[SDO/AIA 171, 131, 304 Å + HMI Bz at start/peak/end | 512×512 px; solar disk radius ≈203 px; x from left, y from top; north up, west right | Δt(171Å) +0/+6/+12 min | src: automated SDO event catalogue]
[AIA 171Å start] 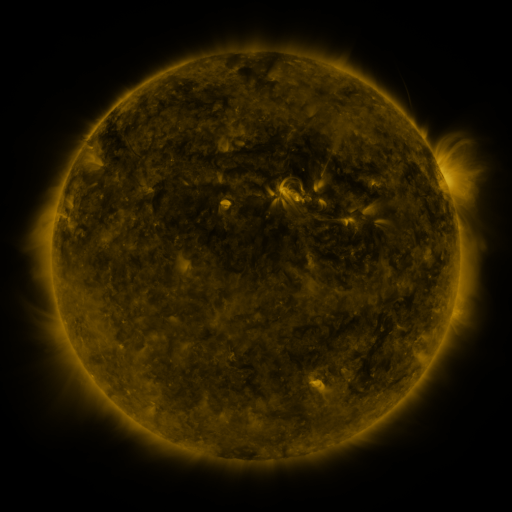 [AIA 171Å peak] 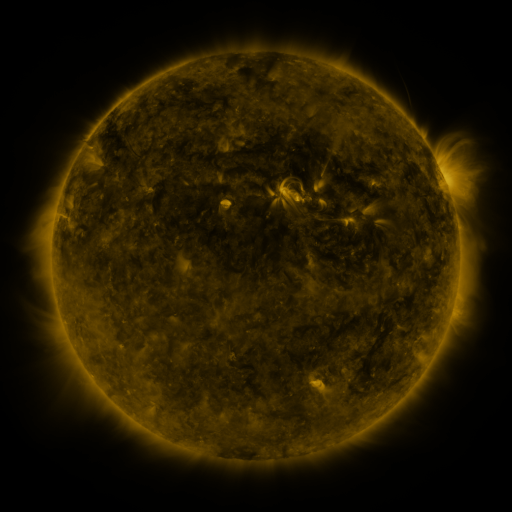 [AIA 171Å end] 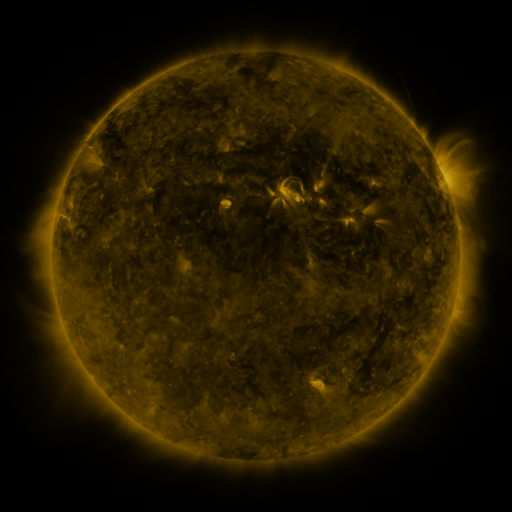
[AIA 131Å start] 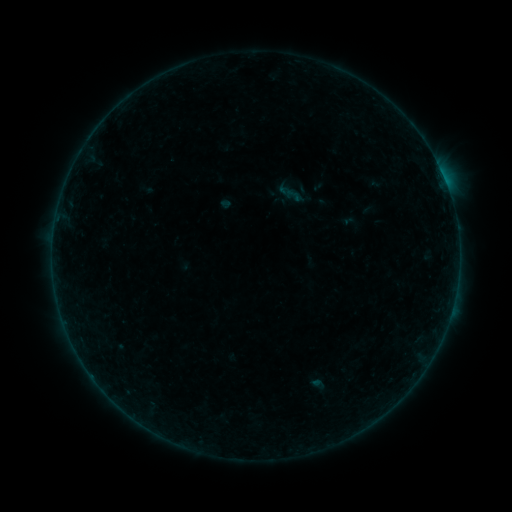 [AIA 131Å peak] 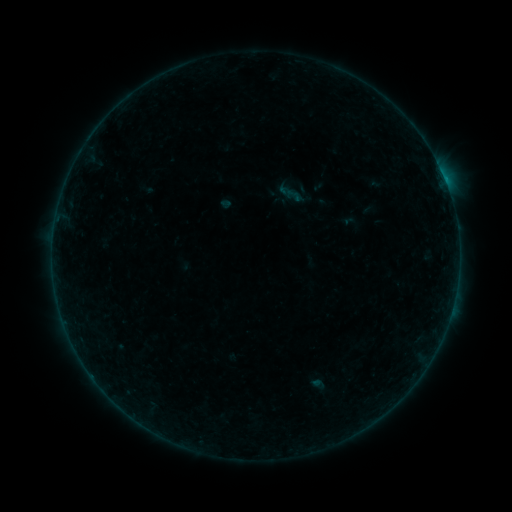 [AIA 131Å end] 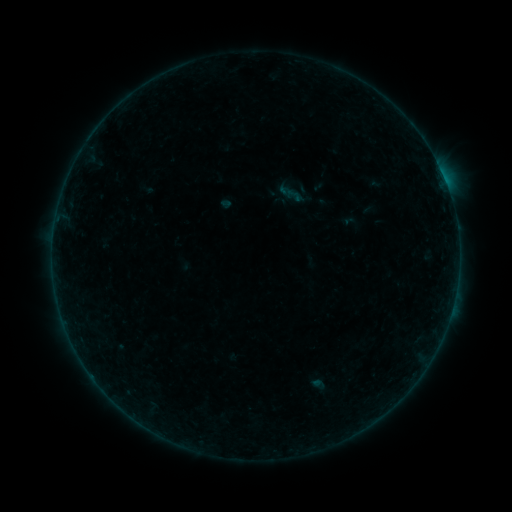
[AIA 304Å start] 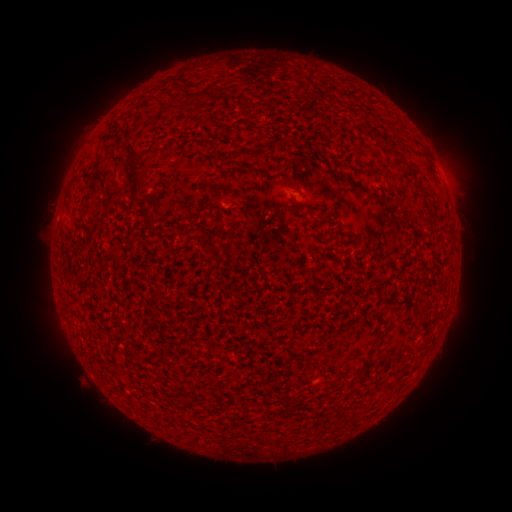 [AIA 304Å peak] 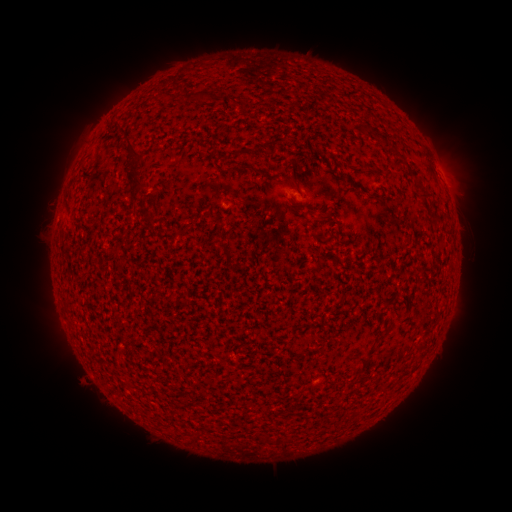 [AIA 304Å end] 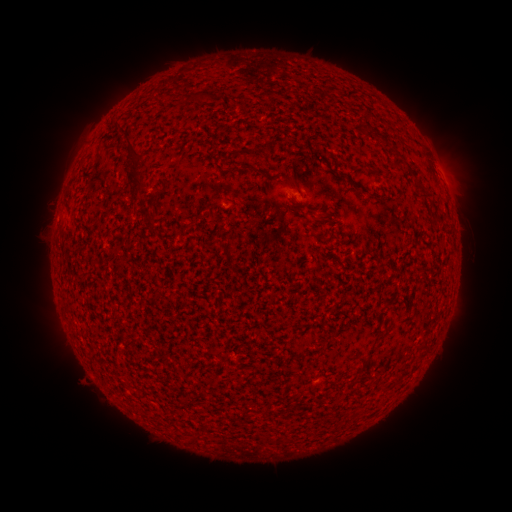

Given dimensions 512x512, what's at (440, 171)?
B1.1 flare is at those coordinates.